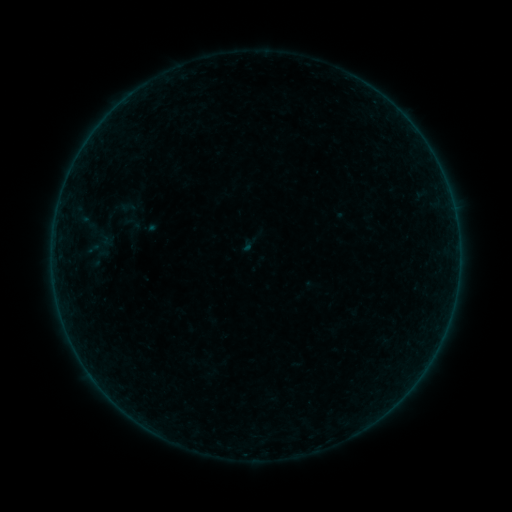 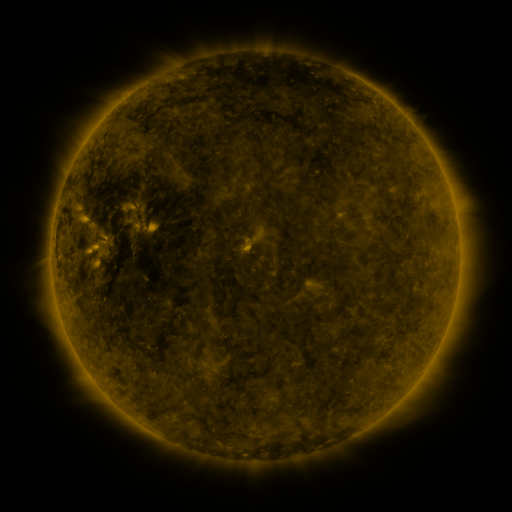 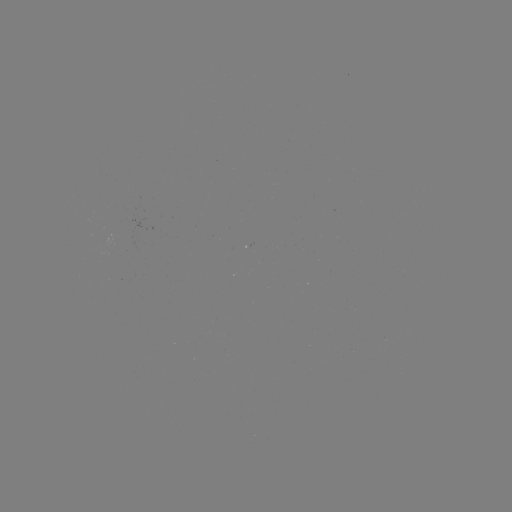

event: sigmoid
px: (132, 223)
